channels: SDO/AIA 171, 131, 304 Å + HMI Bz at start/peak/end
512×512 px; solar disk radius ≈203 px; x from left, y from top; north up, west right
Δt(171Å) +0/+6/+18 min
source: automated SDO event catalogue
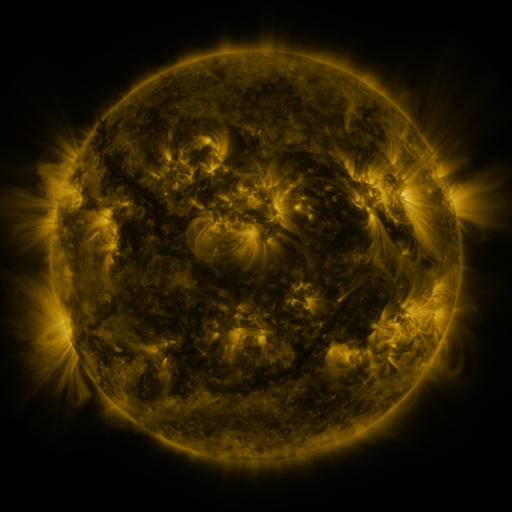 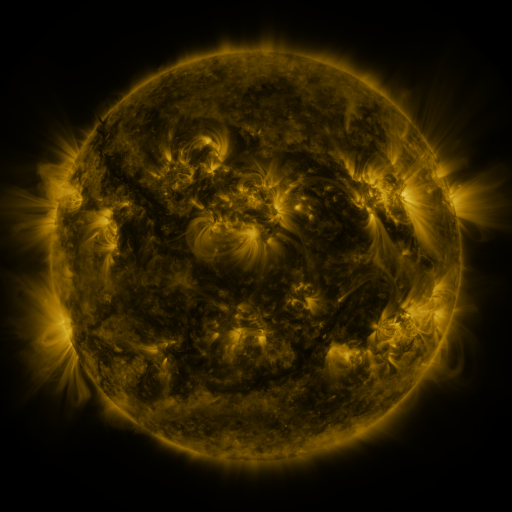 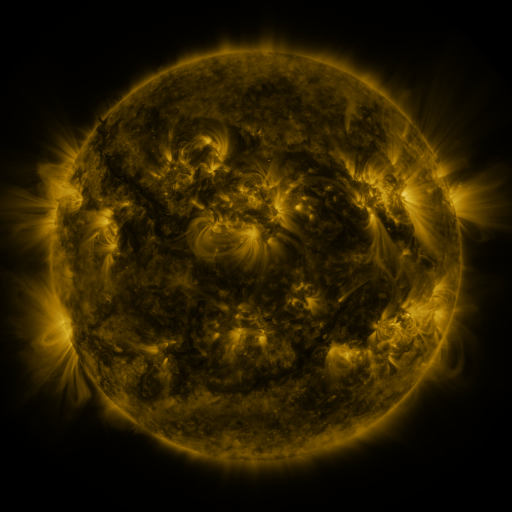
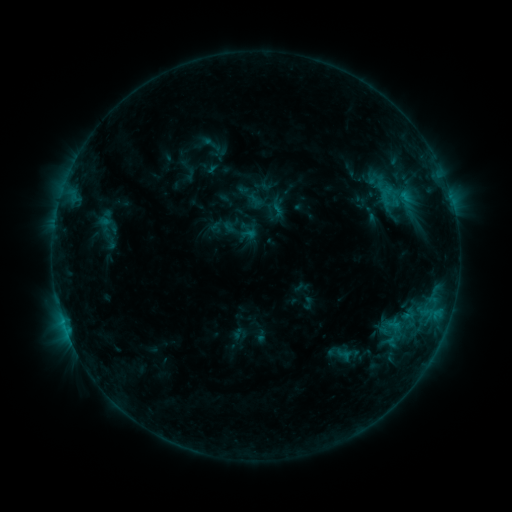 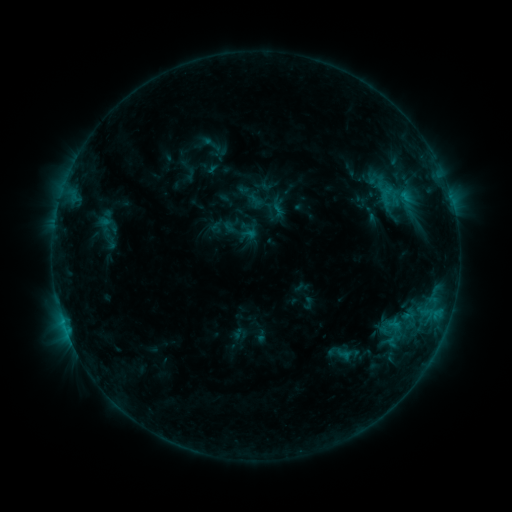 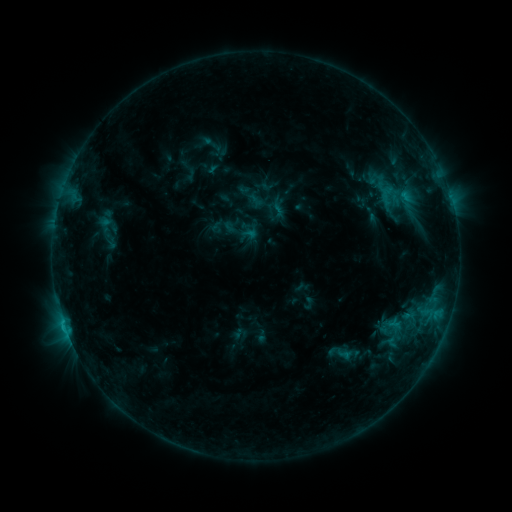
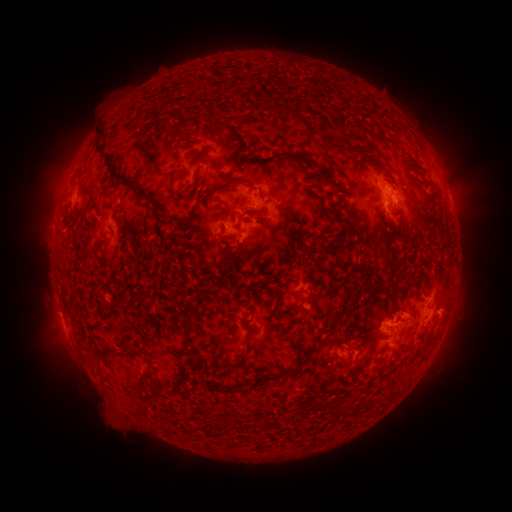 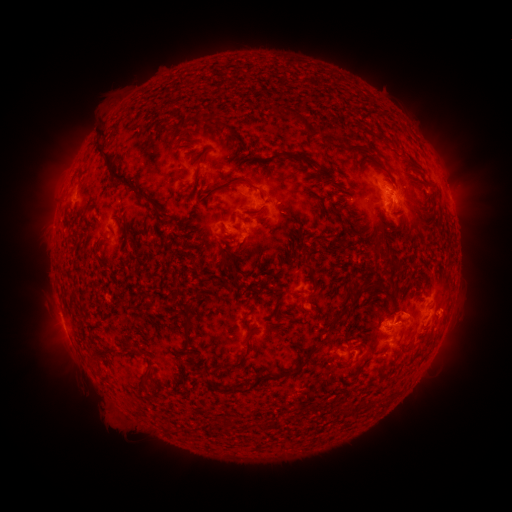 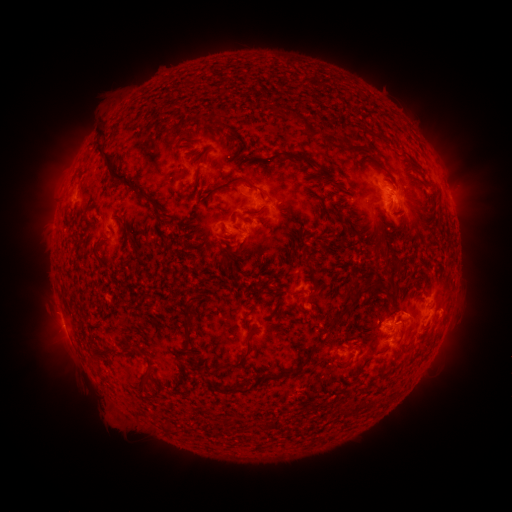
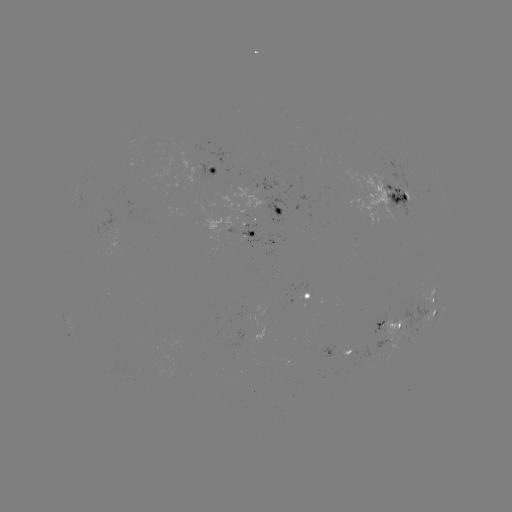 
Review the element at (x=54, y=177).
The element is eruption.